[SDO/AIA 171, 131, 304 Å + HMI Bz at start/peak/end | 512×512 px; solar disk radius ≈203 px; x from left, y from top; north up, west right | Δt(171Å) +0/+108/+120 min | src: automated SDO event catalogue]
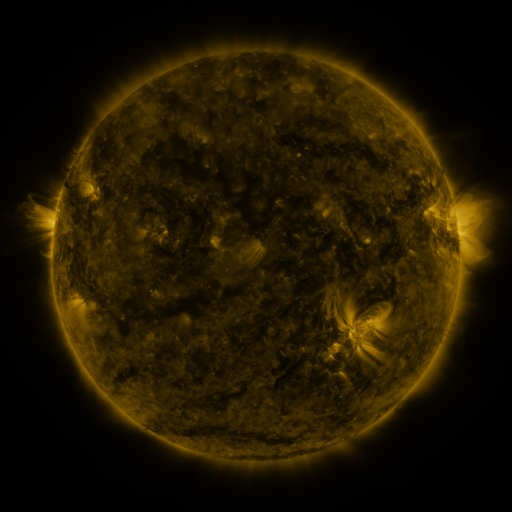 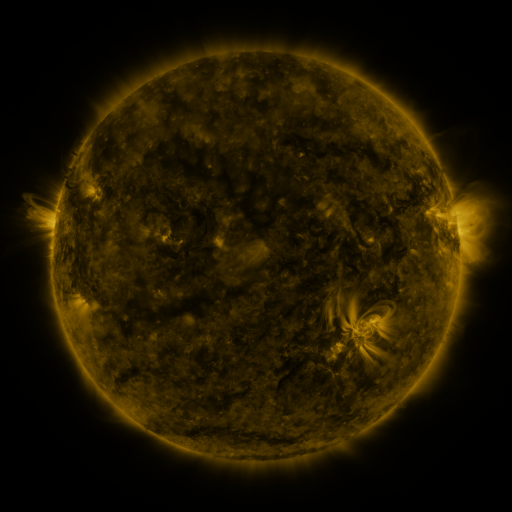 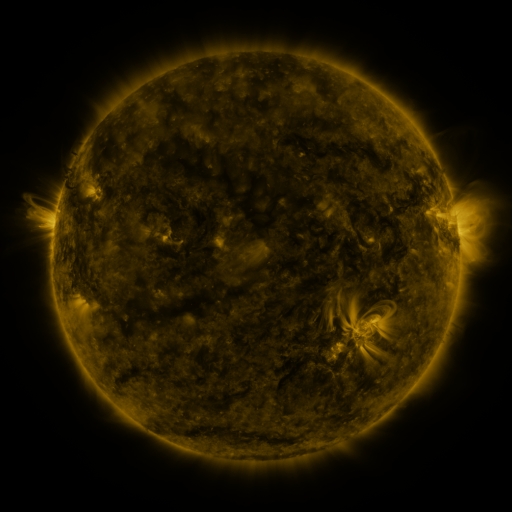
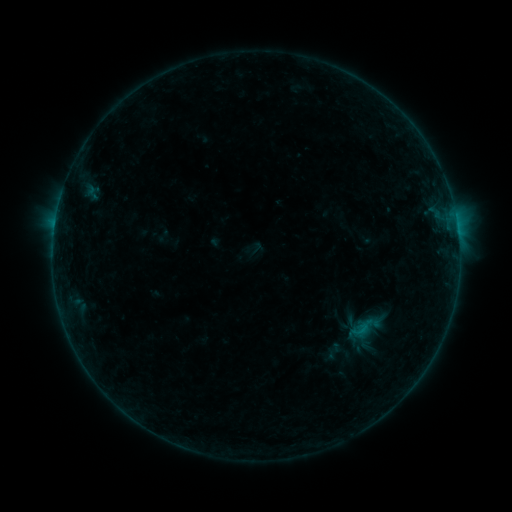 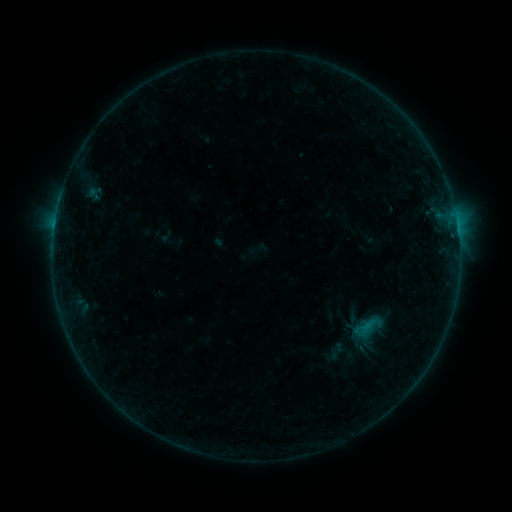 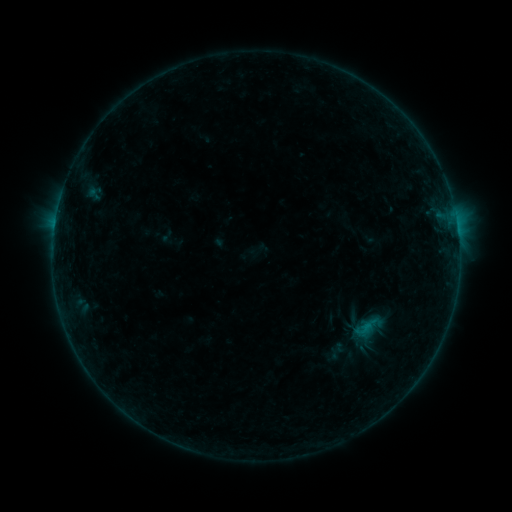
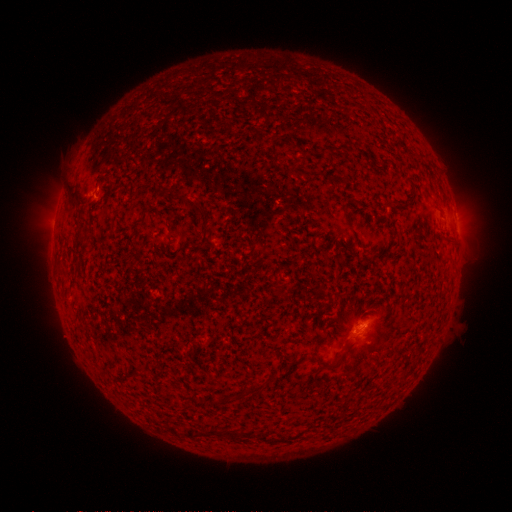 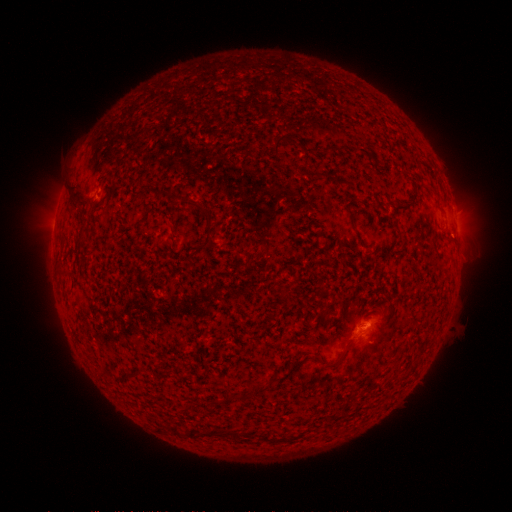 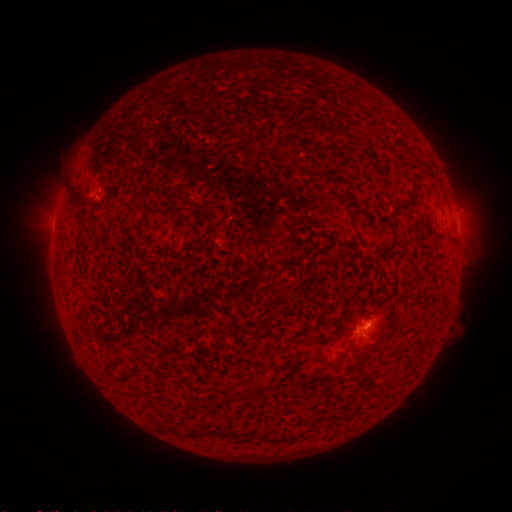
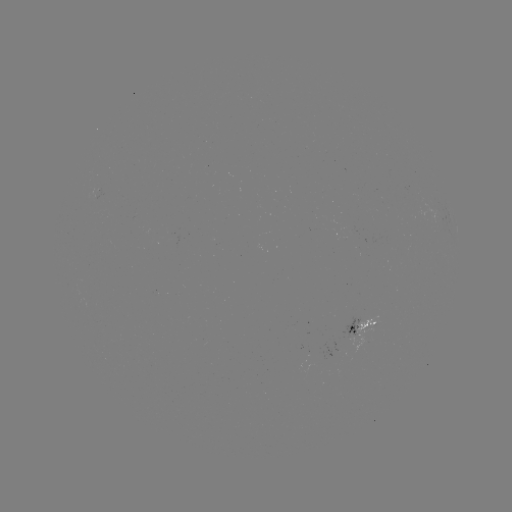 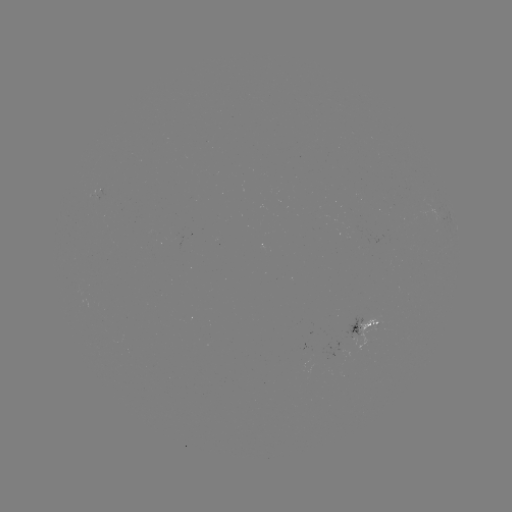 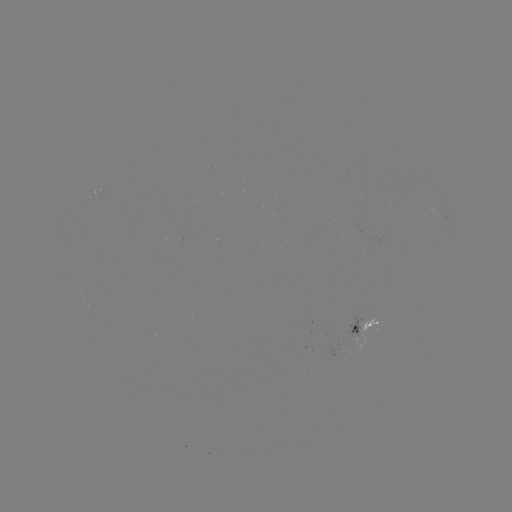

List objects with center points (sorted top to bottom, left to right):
emerging-flux region: (355, 334)
